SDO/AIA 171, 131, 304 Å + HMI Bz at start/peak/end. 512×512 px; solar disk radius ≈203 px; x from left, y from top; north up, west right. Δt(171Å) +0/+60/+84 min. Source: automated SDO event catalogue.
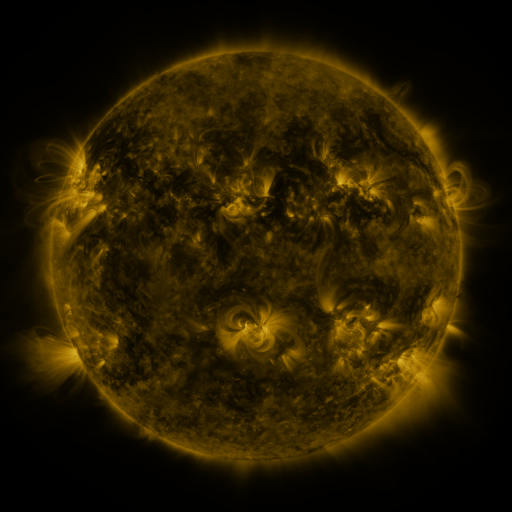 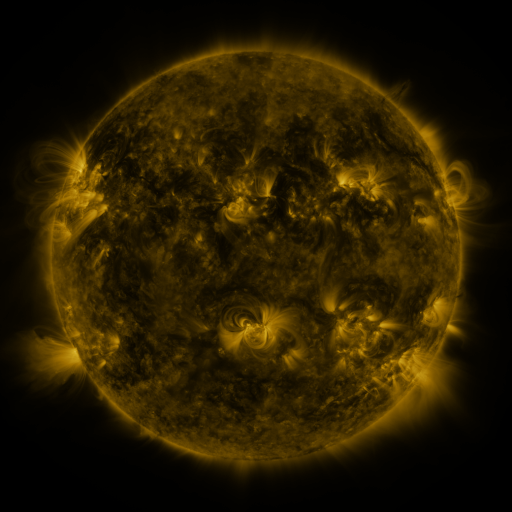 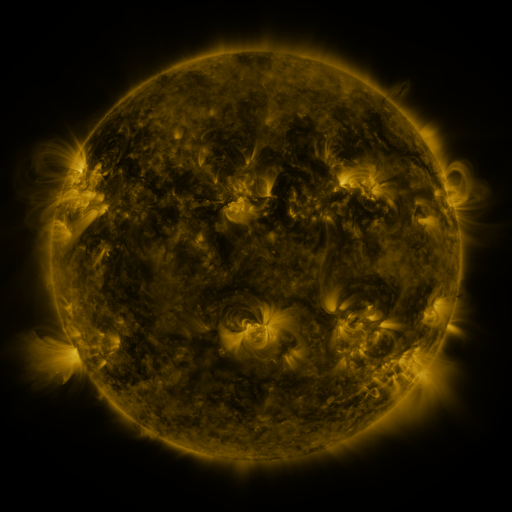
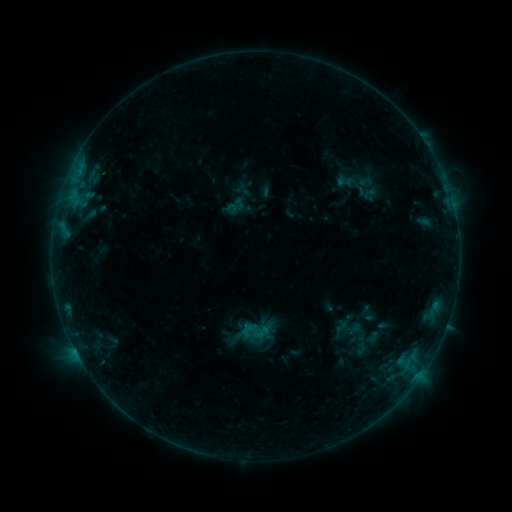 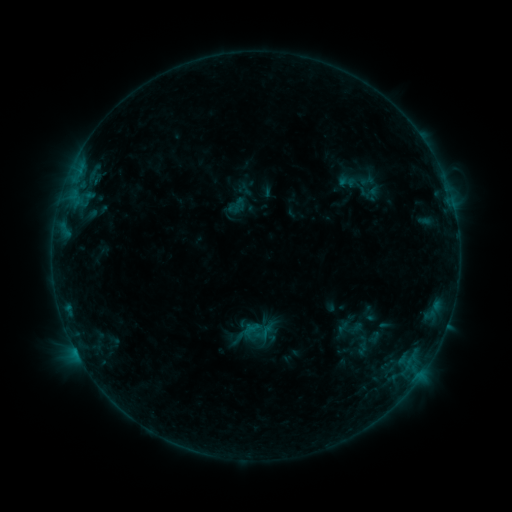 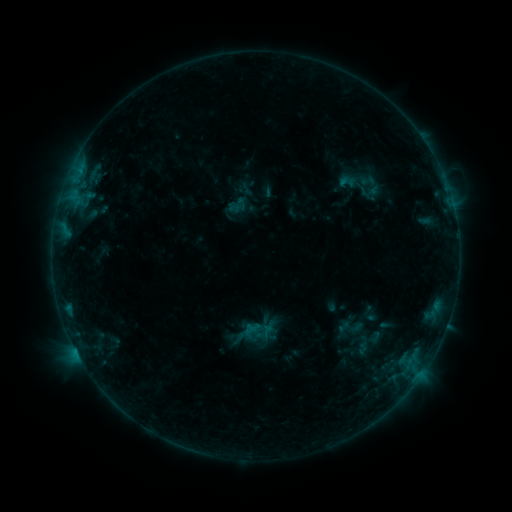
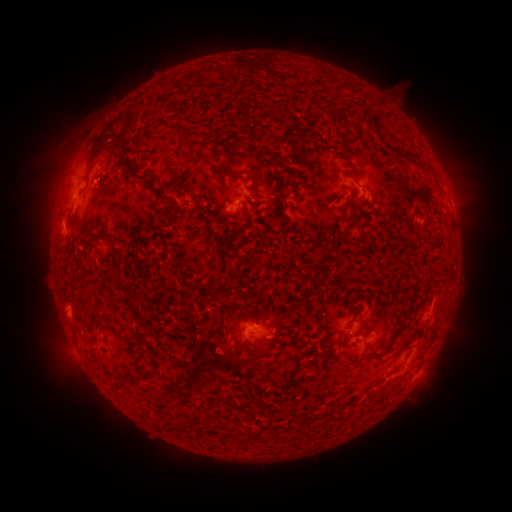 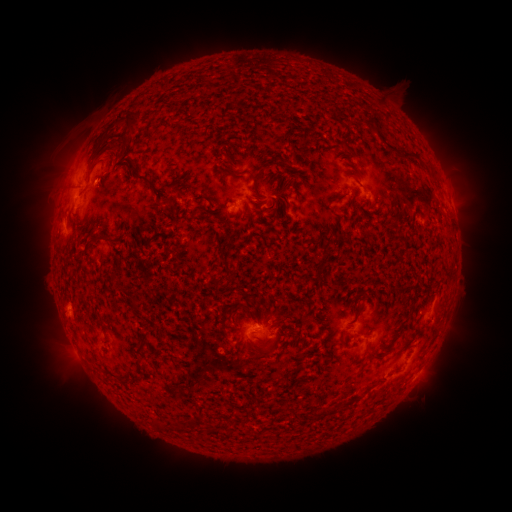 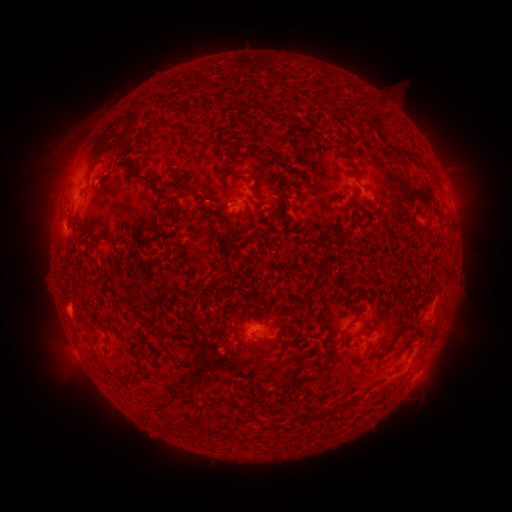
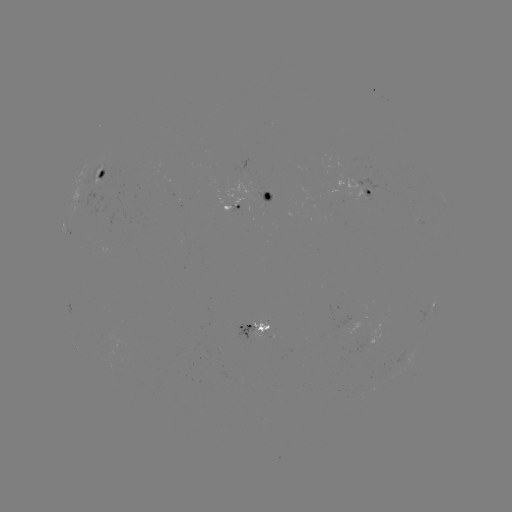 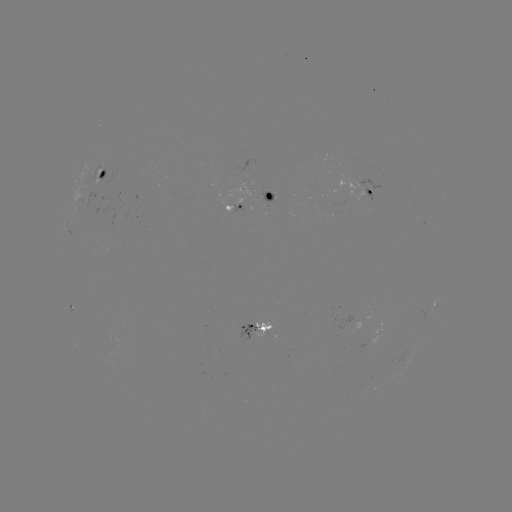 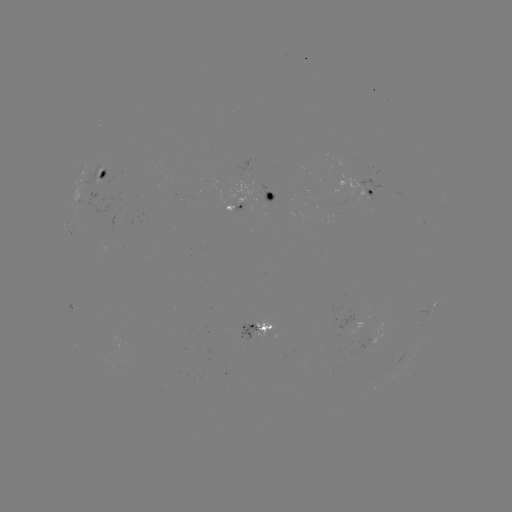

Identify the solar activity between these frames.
emerging-flux region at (362, 333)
